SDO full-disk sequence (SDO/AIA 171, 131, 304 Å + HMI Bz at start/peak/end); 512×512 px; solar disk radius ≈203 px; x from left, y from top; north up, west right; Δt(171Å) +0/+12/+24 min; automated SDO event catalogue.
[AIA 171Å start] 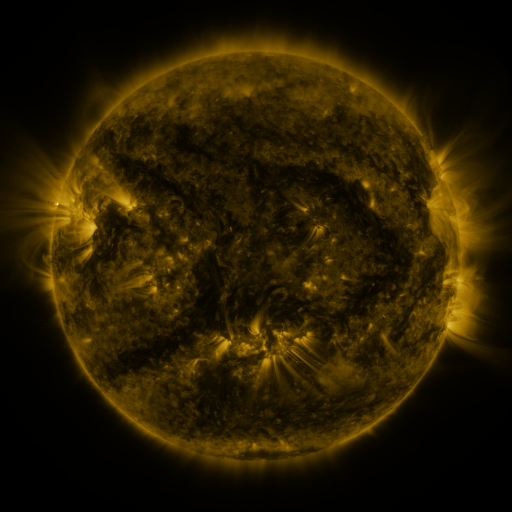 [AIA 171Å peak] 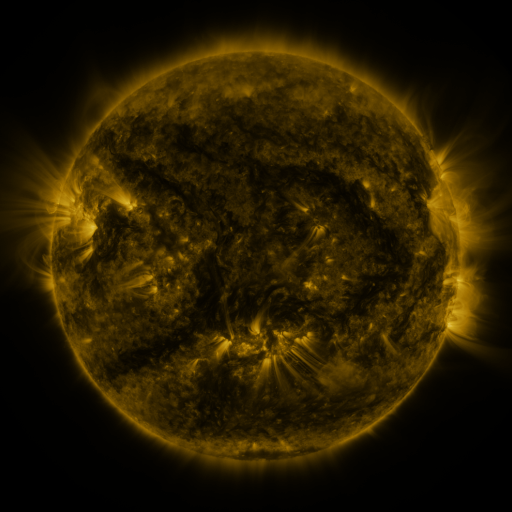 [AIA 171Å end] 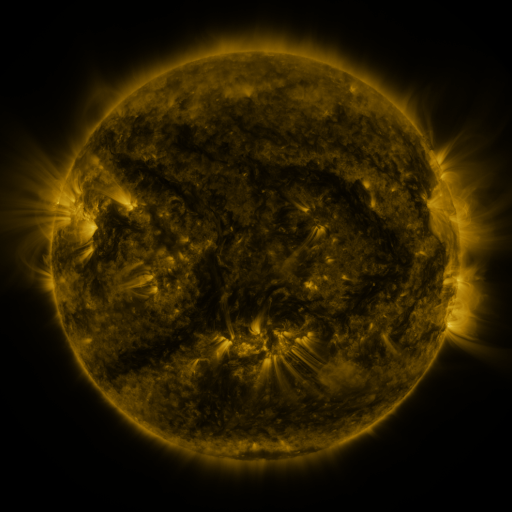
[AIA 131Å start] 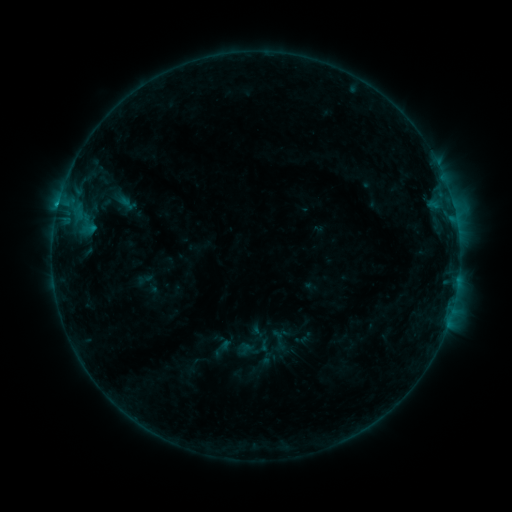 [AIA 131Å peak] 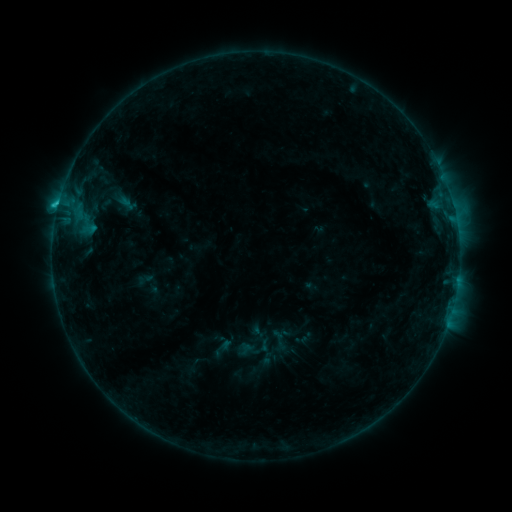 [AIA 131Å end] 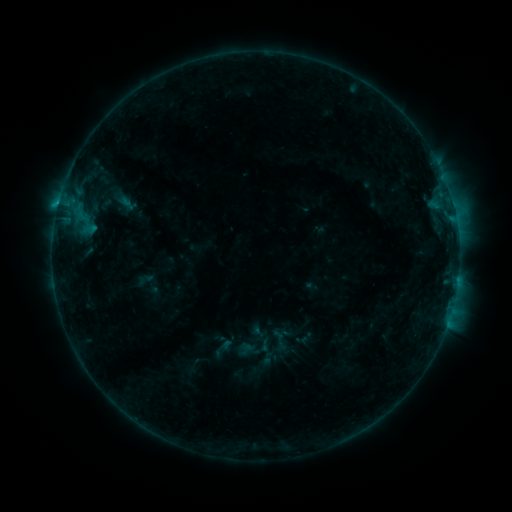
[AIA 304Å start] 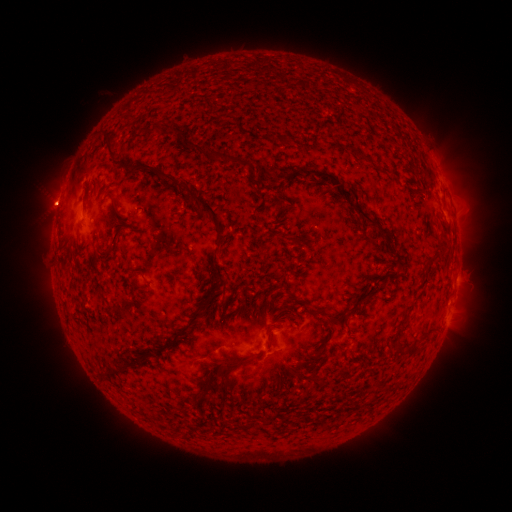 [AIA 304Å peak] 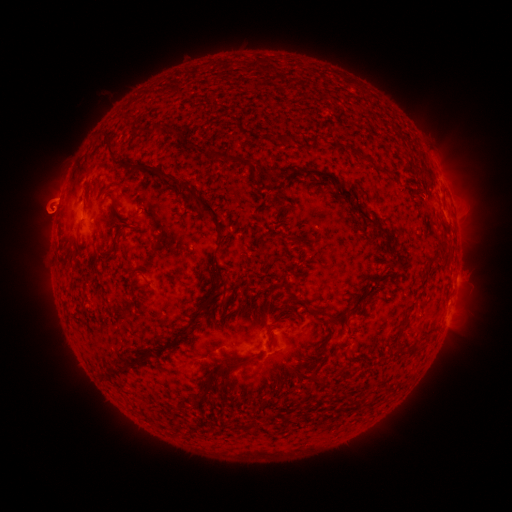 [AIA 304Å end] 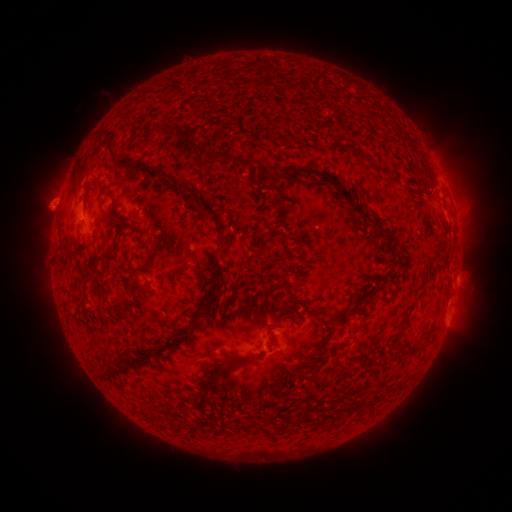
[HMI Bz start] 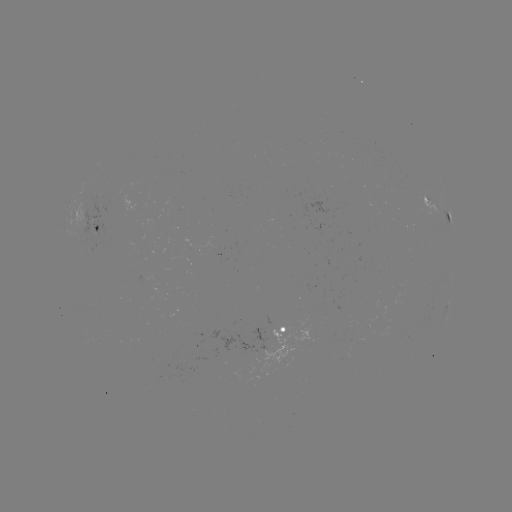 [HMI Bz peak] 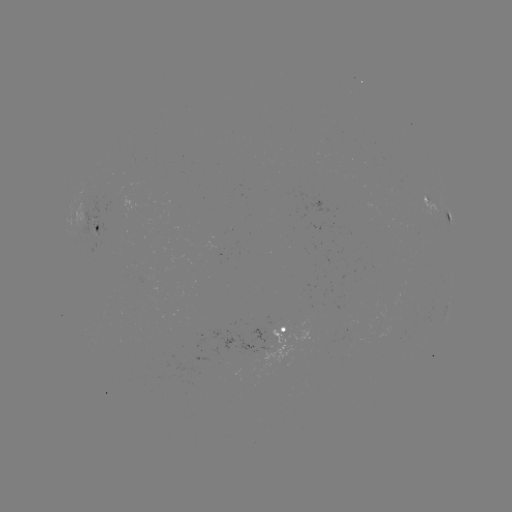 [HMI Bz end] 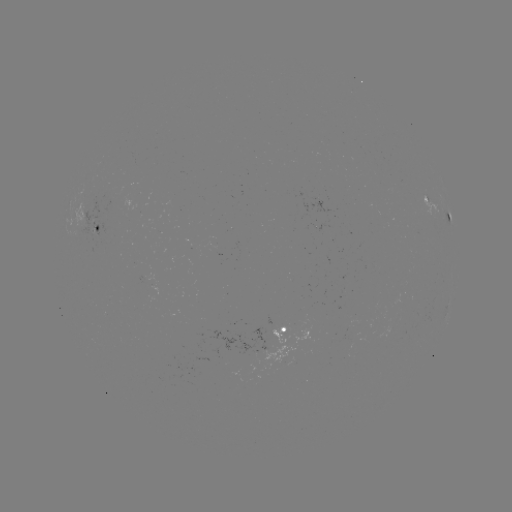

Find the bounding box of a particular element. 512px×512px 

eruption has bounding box [20, 147, 84, 272].